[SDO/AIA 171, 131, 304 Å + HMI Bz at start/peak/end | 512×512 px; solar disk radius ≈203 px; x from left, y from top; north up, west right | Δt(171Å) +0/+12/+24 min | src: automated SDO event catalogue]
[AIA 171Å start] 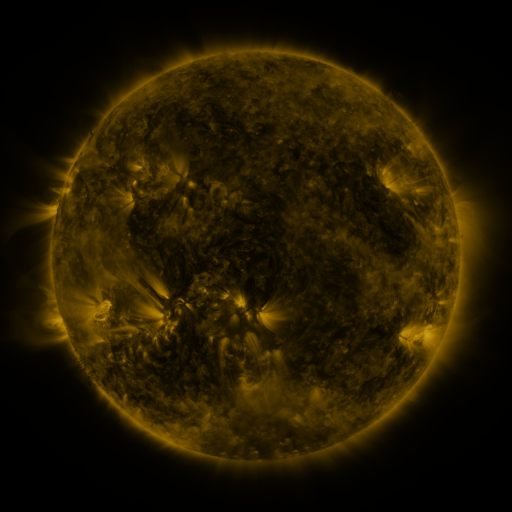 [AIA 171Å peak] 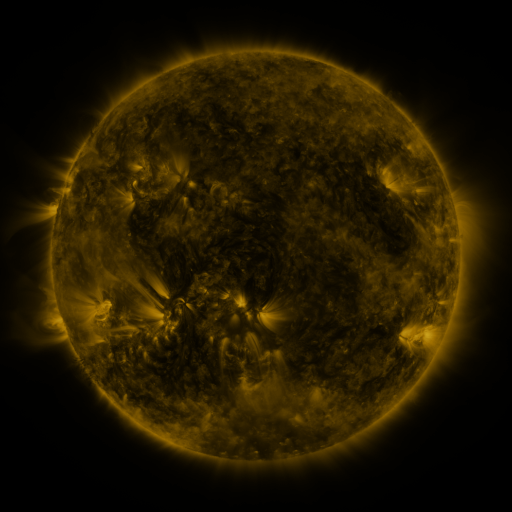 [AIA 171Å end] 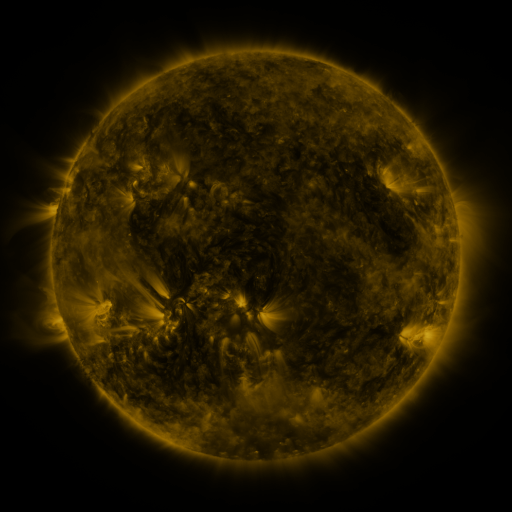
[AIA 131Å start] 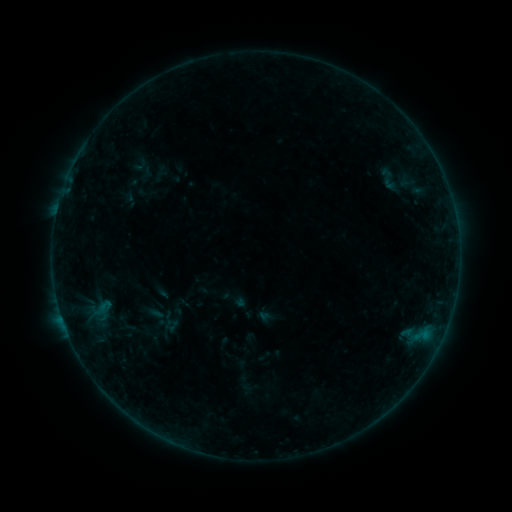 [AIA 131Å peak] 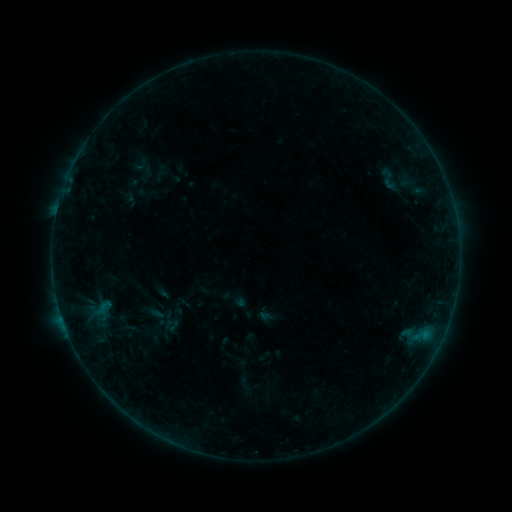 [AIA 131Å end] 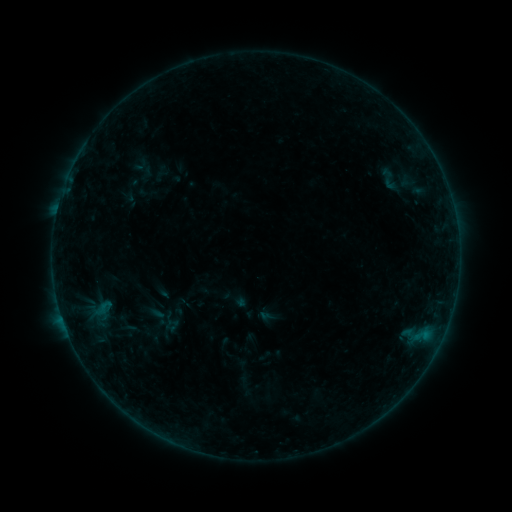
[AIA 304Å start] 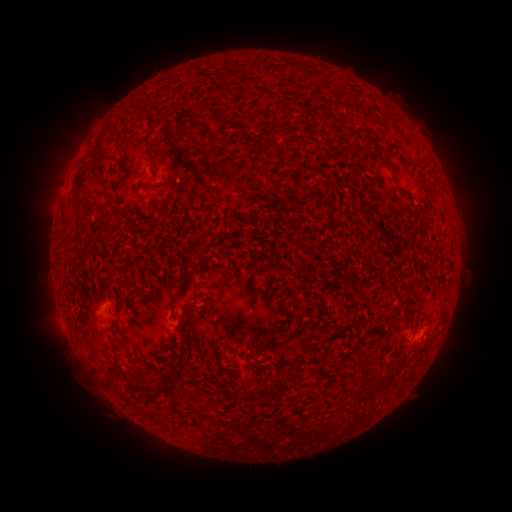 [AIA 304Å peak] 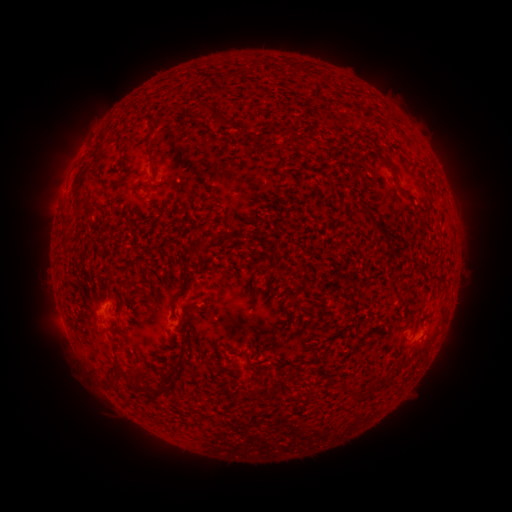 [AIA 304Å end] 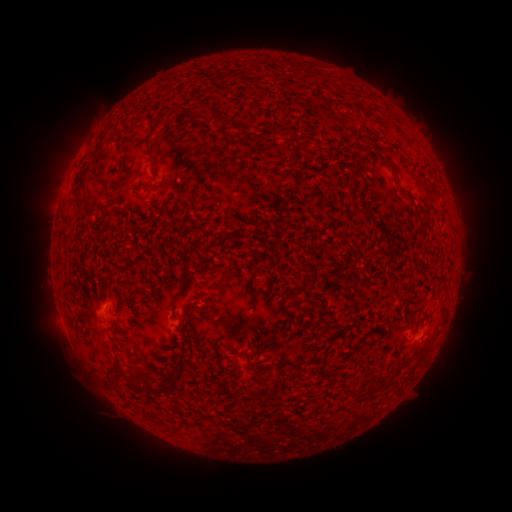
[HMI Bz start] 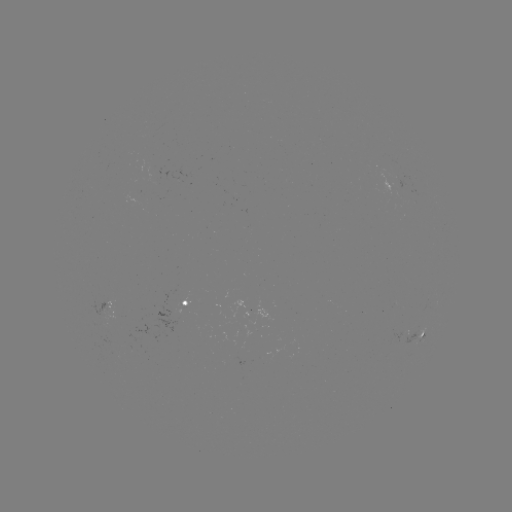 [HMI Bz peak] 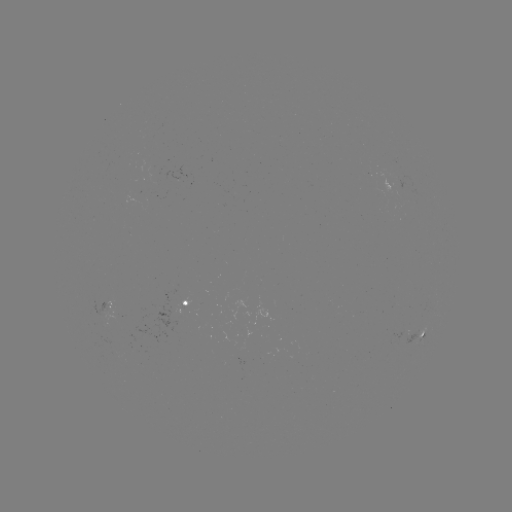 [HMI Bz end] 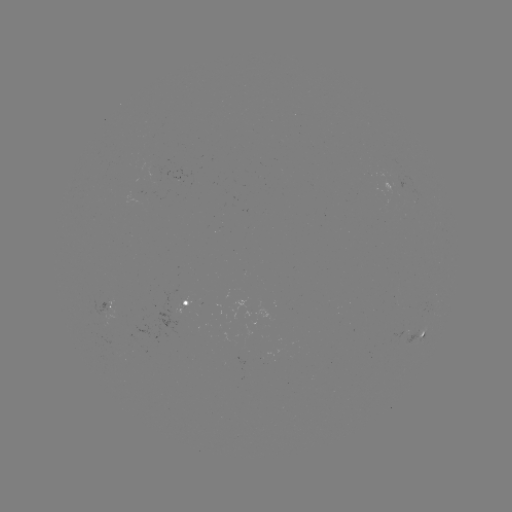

no classed flare was catalogued and no EUV brightening was flagged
